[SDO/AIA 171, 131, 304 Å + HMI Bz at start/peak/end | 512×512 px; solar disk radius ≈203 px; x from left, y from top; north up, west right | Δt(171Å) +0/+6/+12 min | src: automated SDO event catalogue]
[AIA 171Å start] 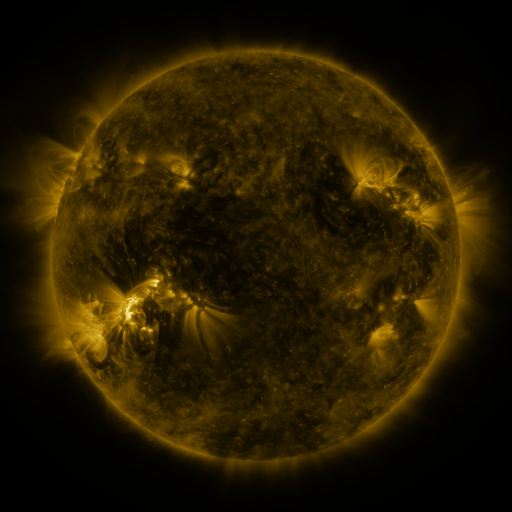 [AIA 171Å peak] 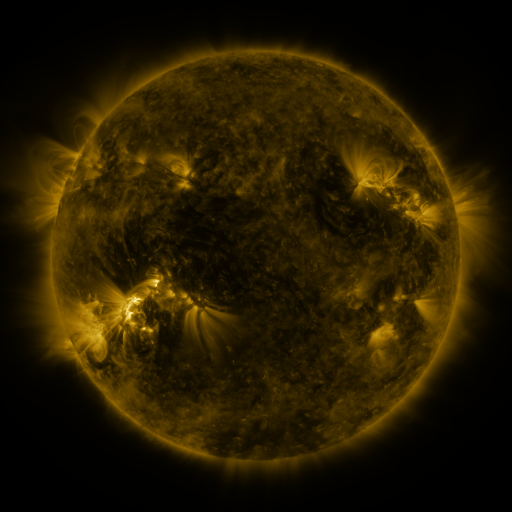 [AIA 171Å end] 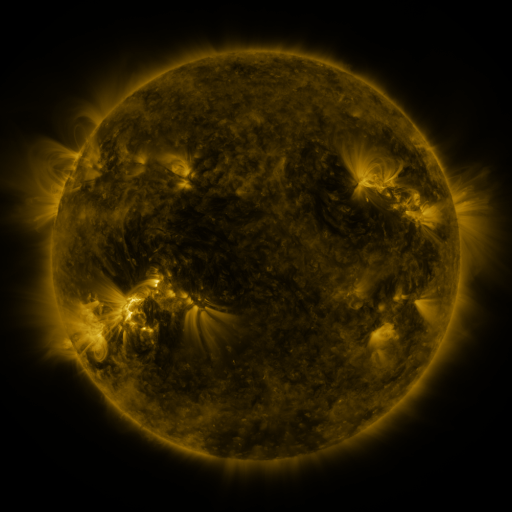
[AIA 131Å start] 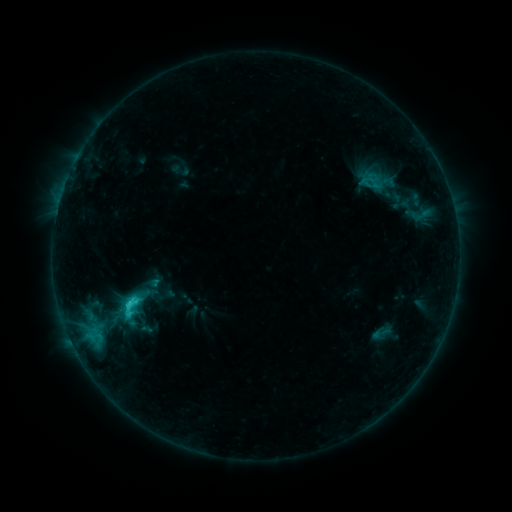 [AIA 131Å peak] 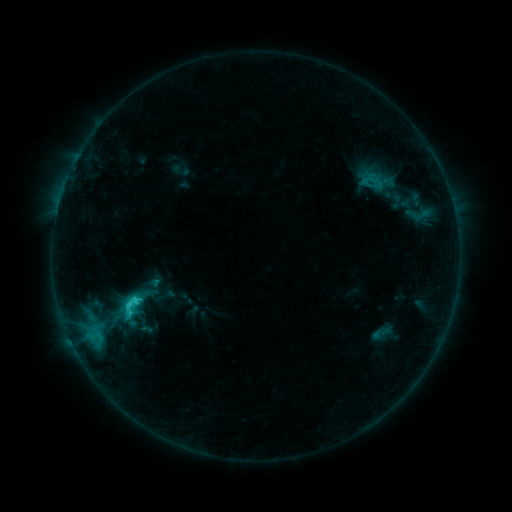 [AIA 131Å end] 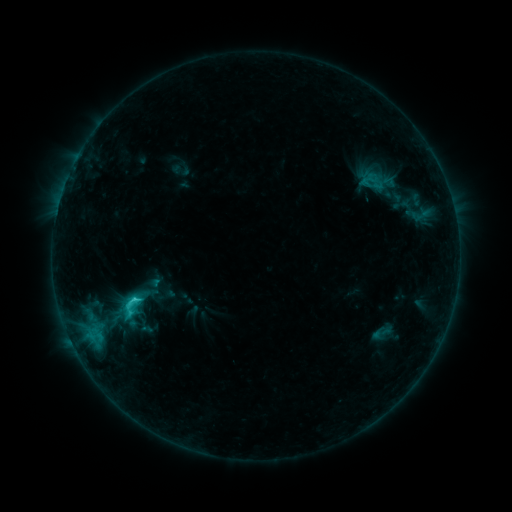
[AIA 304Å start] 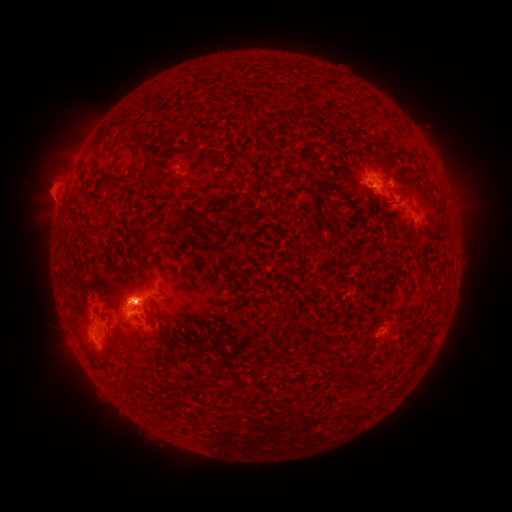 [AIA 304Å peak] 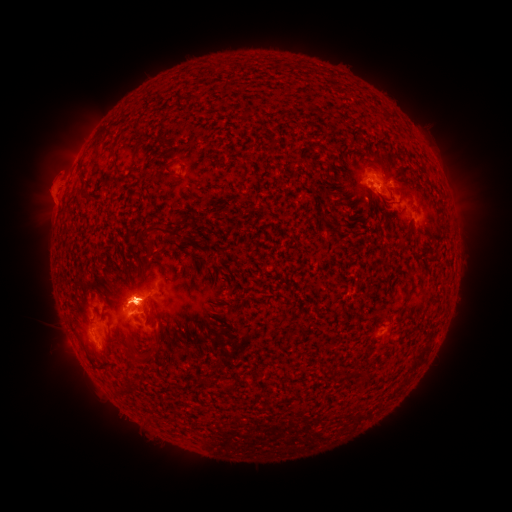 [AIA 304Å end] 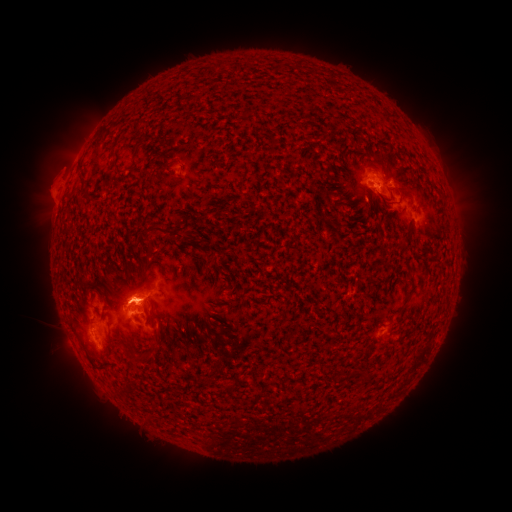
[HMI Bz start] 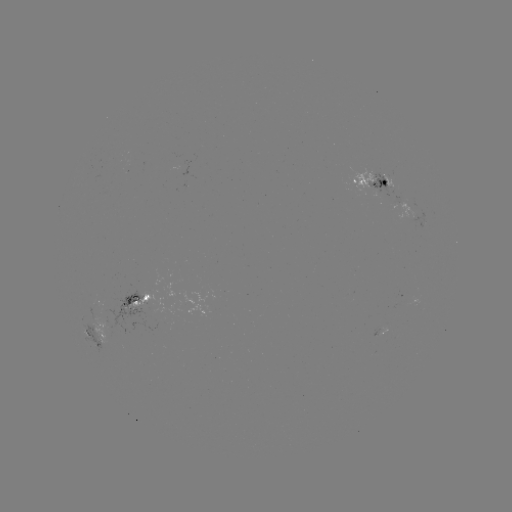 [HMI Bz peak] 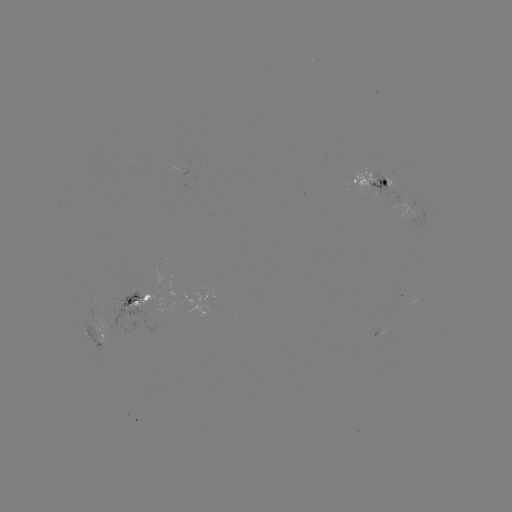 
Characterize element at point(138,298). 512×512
C2.5 flare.